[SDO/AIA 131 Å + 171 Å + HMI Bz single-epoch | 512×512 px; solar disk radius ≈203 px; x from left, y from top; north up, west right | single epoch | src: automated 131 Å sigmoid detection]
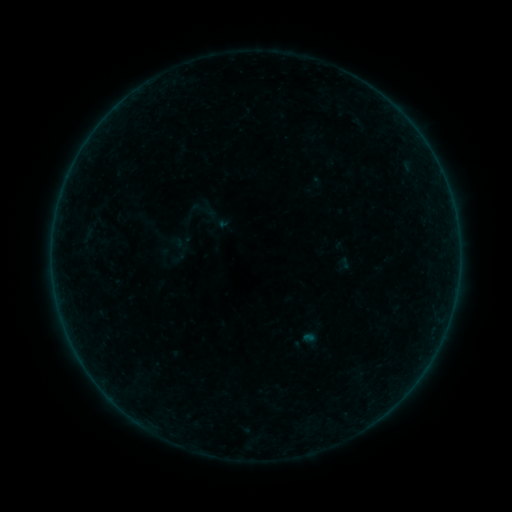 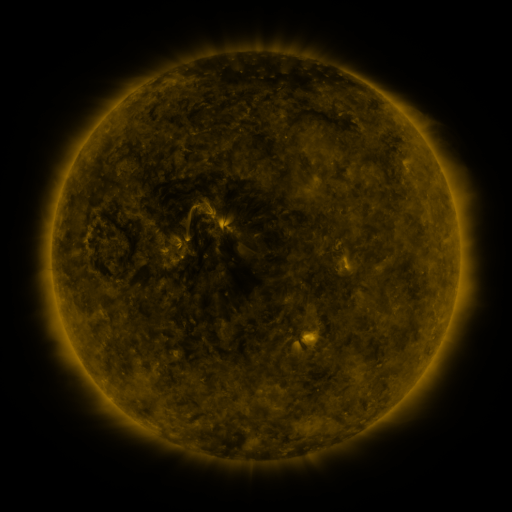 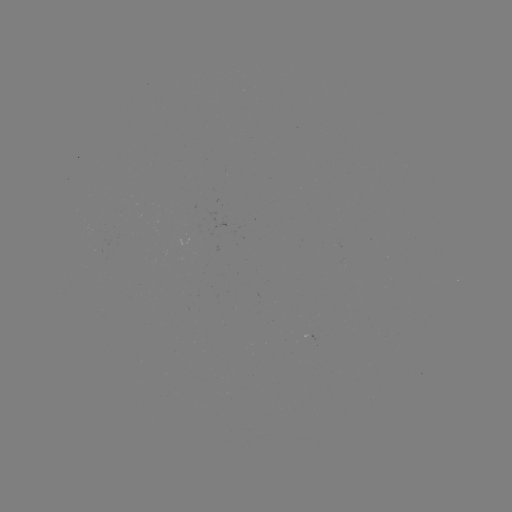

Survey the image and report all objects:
sigmoid: (198, 199, 217, 218)
